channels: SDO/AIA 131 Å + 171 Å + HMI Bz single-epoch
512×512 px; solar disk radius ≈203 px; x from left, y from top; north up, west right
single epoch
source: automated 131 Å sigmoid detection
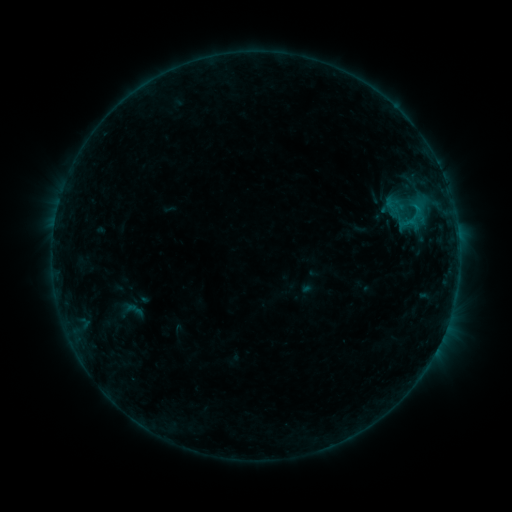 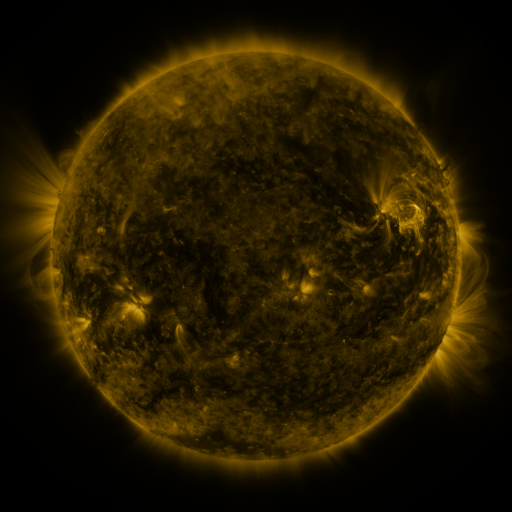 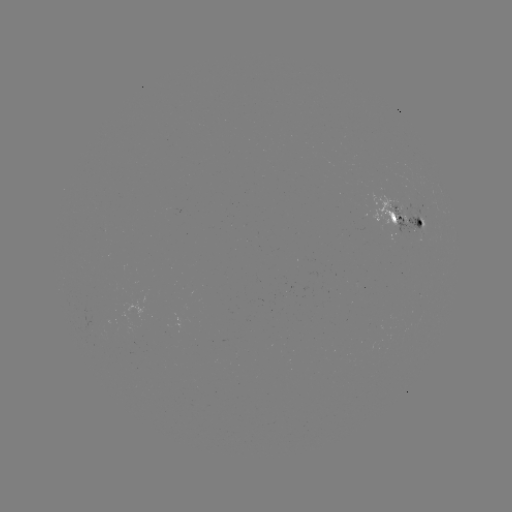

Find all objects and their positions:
sigmoid: (134, 310)
